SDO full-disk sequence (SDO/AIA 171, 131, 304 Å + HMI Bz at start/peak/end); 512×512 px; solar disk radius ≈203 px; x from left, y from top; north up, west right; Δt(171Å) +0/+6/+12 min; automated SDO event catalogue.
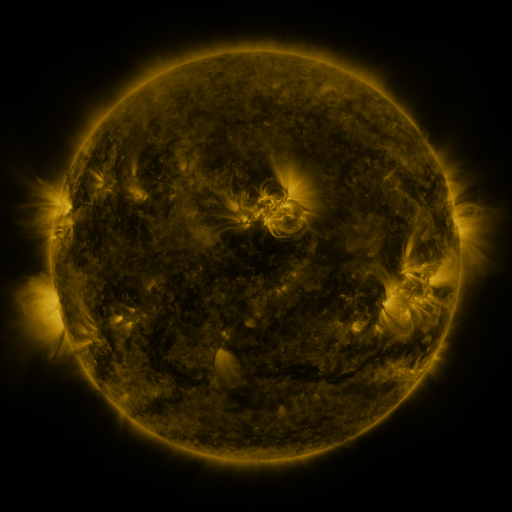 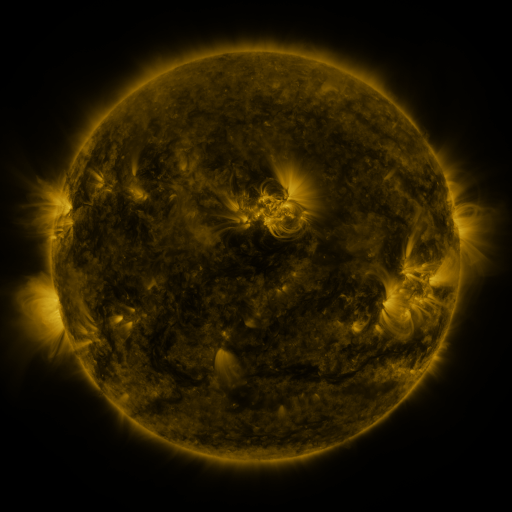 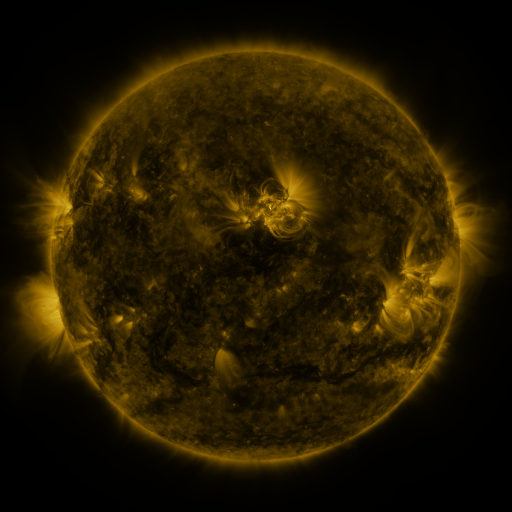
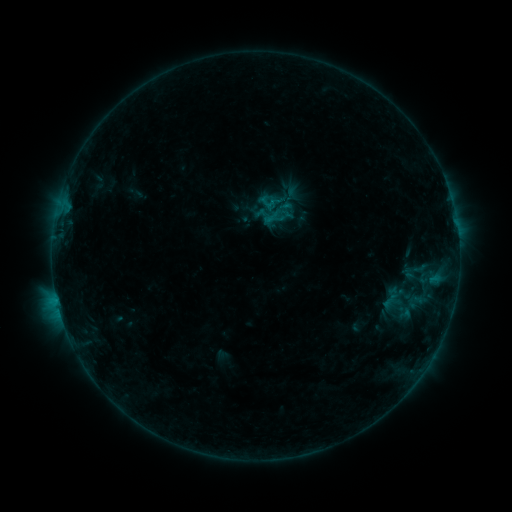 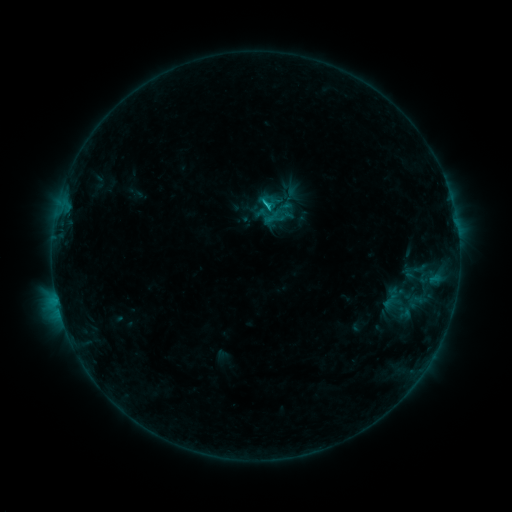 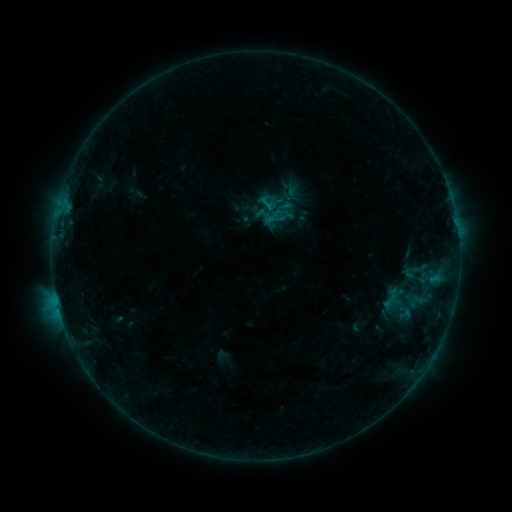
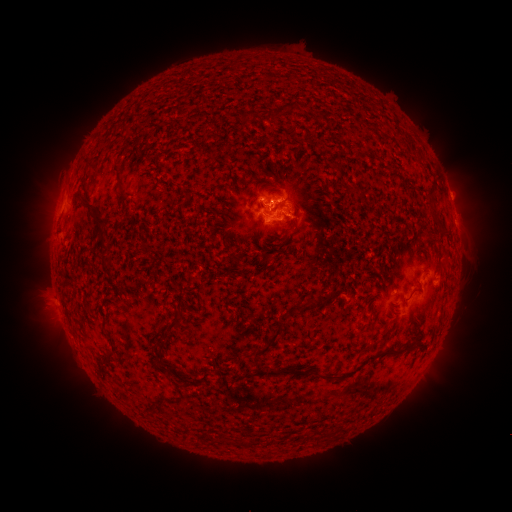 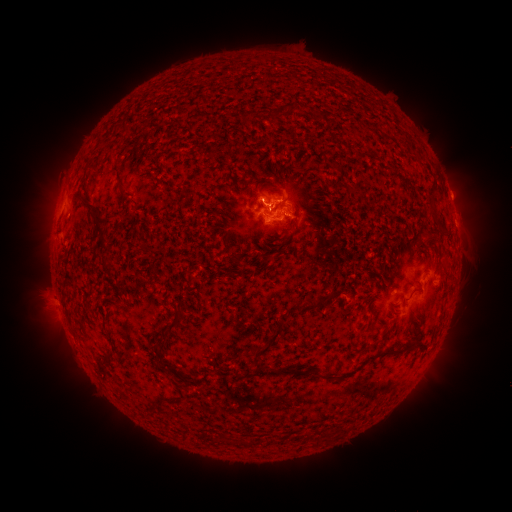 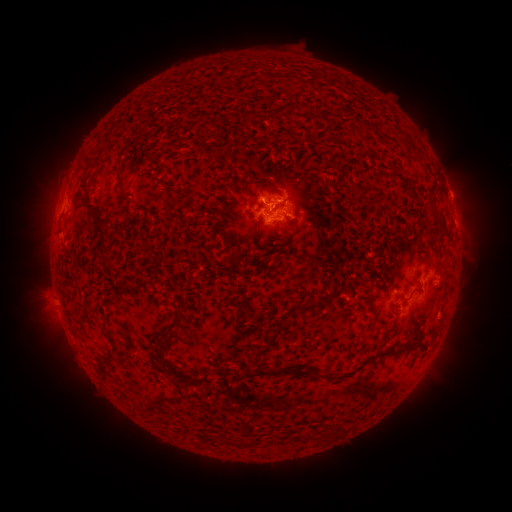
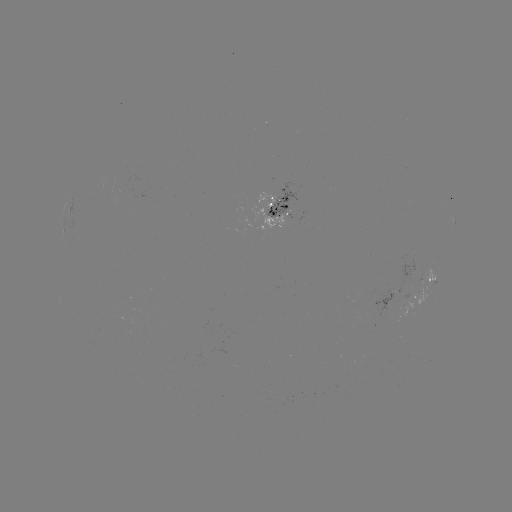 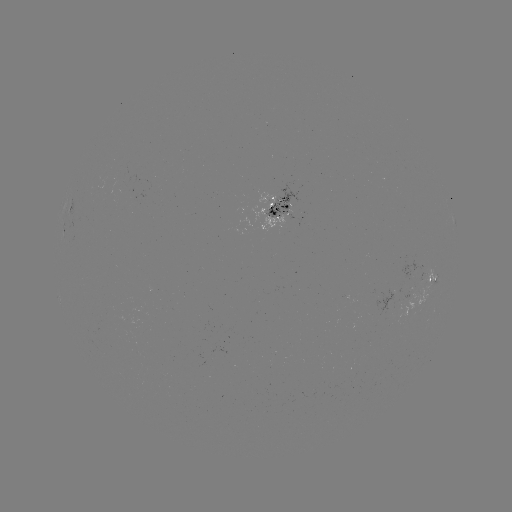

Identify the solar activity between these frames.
C1.1 flare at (266, 209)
